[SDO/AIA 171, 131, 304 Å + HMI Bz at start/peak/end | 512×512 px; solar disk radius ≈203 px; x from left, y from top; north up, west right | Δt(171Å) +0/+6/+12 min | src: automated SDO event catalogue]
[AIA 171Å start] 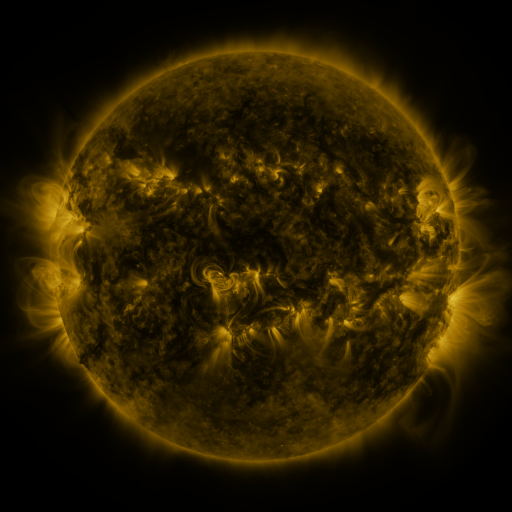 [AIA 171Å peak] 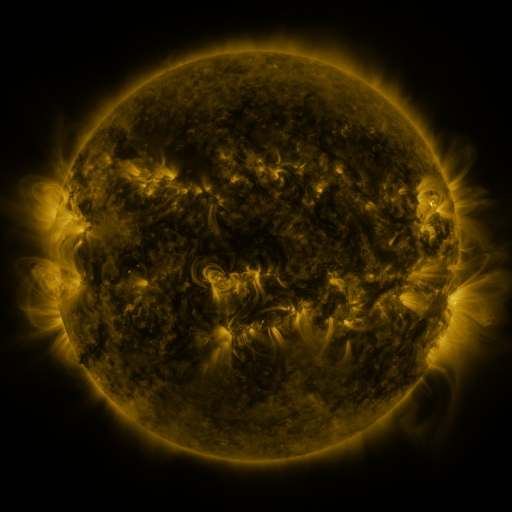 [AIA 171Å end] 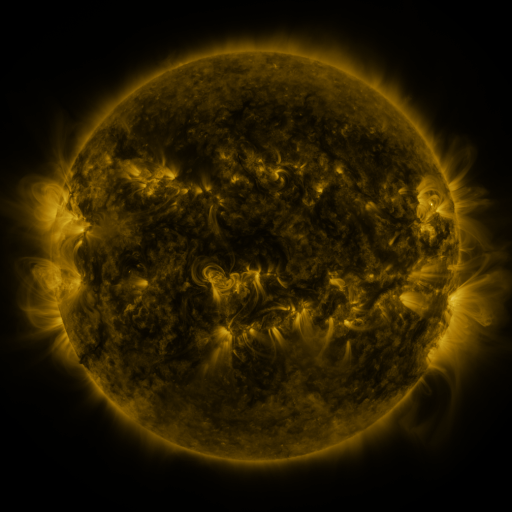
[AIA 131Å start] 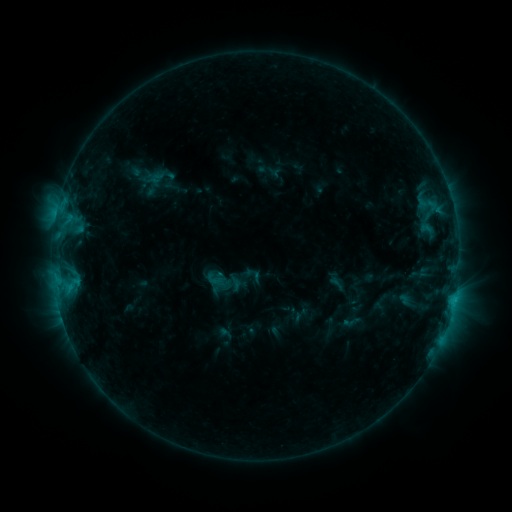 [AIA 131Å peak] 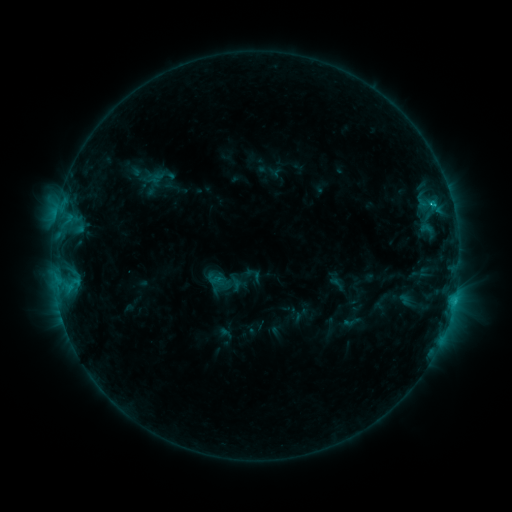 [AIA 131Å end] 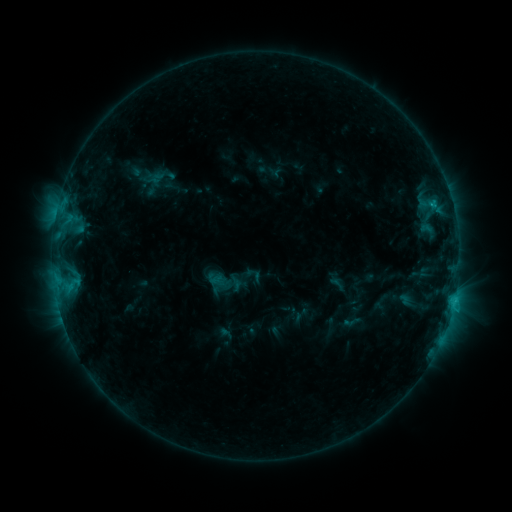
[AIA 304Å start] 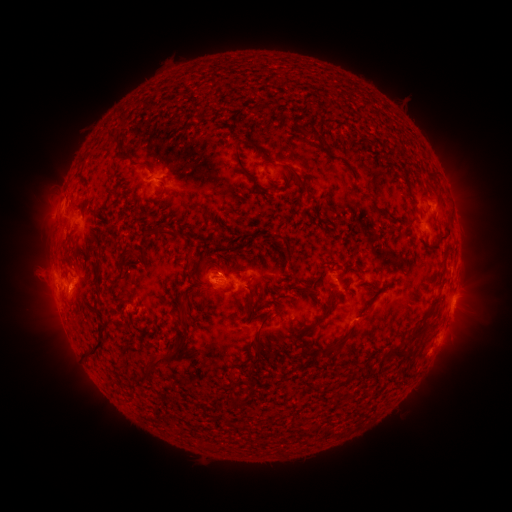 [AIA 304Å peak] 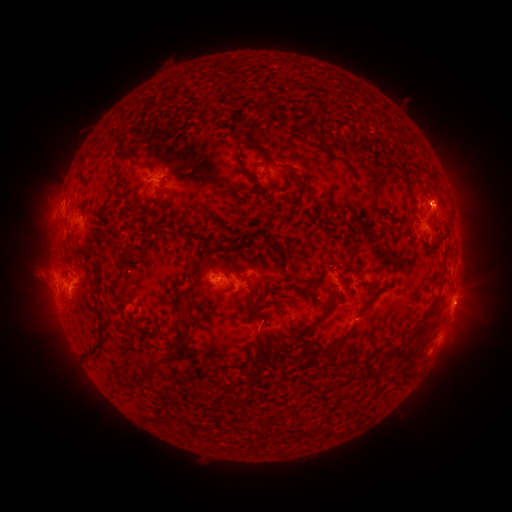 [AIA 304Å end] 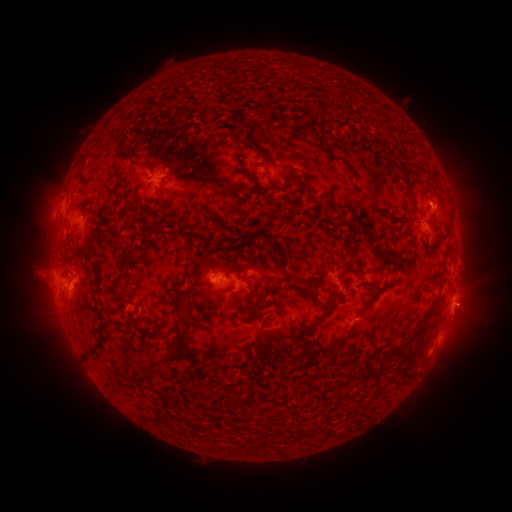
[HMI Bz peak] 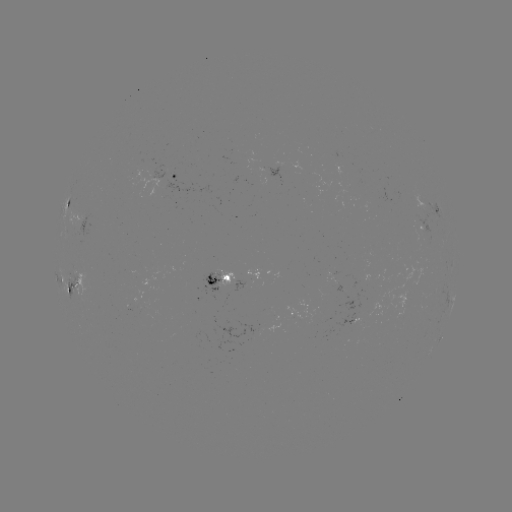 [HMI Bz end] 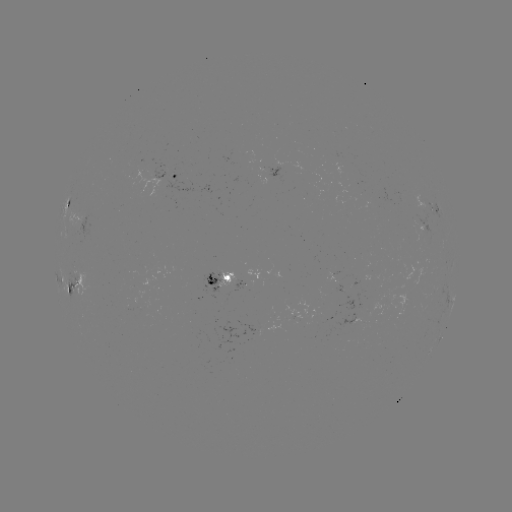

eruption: [442, 280, 495, 332]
